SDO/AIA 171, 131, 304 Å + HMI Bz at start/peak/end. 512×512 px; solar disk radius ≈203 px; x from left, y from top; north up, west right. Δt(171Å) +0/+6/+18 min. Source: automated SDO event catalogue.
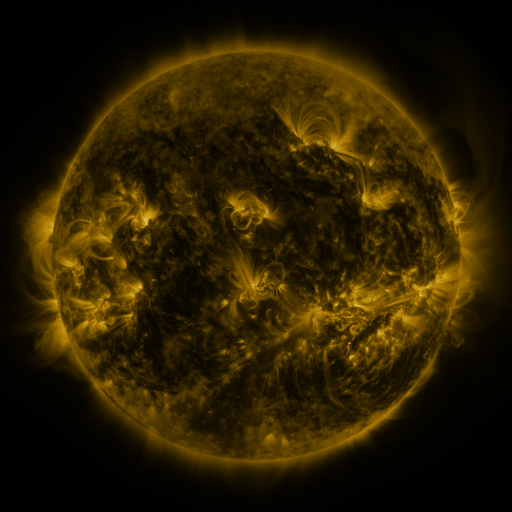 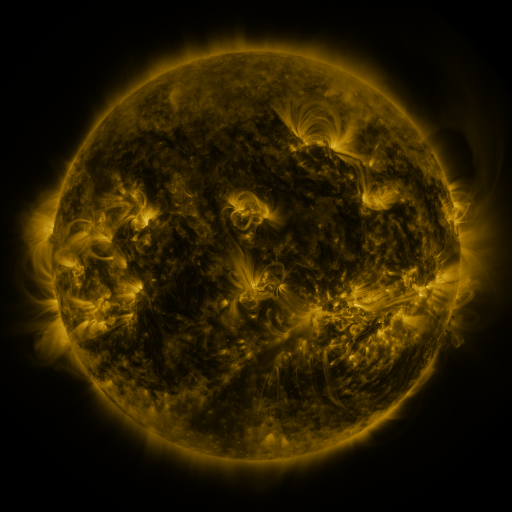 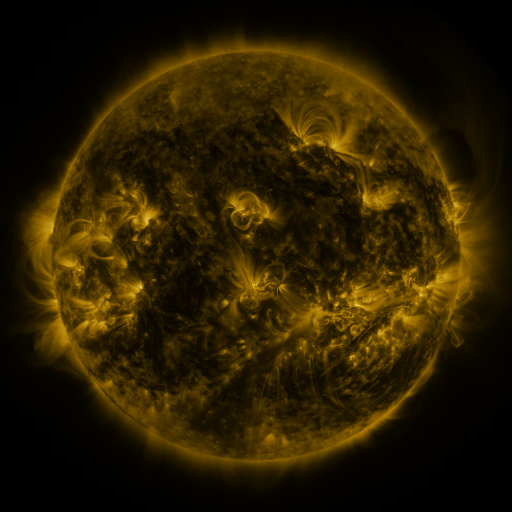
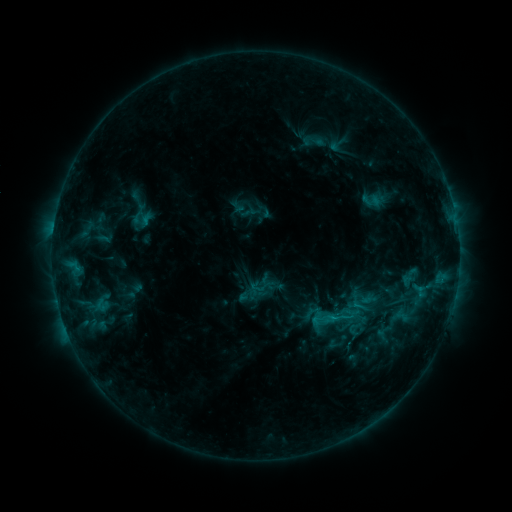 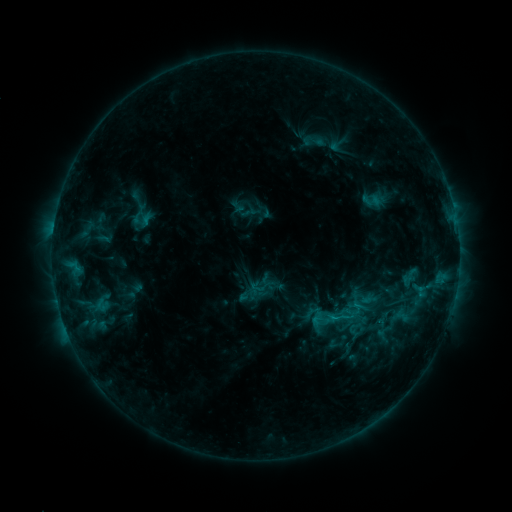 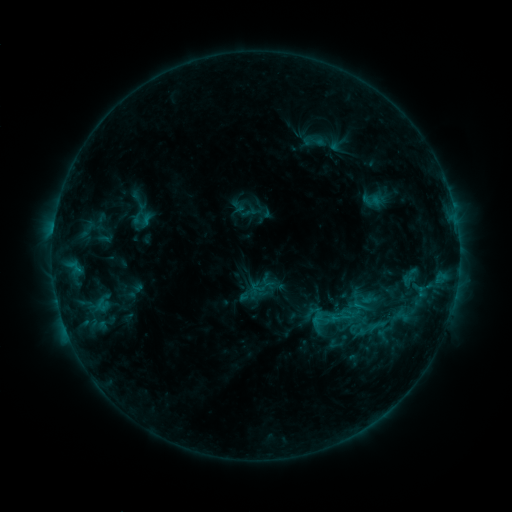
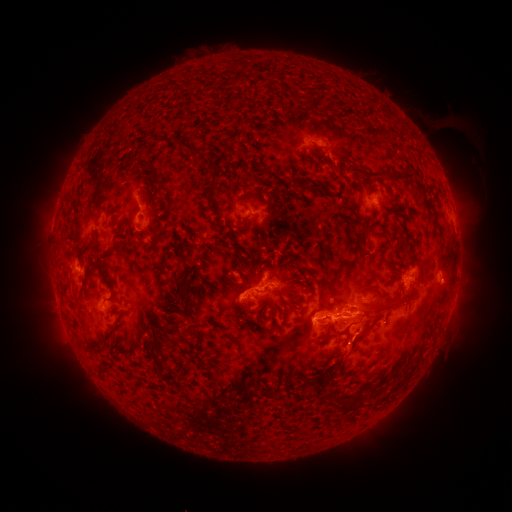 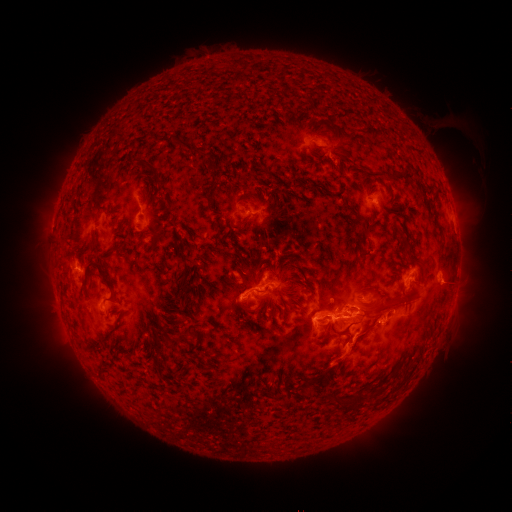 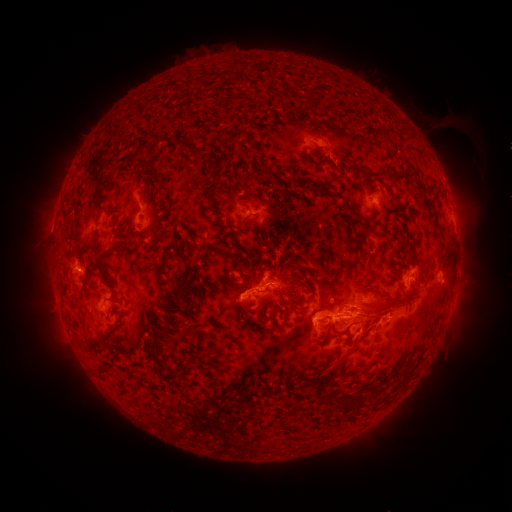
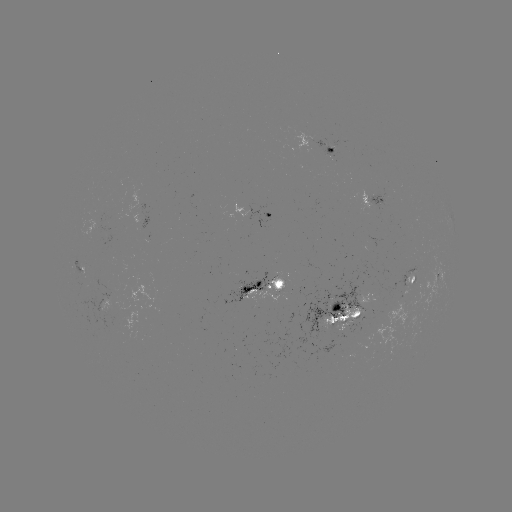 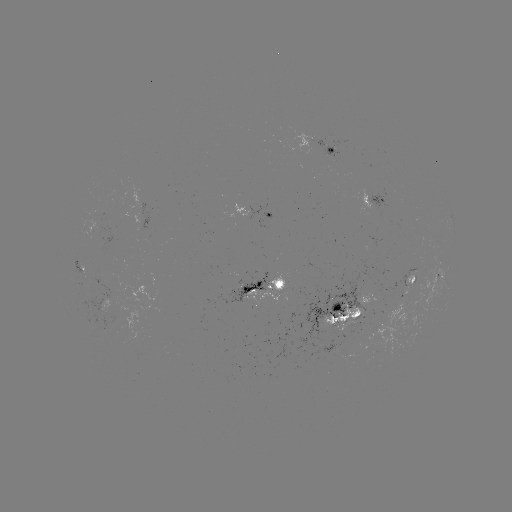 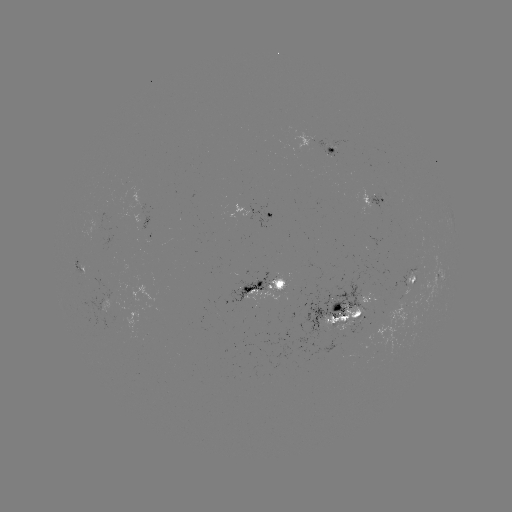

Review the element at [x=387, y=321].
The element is eruption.